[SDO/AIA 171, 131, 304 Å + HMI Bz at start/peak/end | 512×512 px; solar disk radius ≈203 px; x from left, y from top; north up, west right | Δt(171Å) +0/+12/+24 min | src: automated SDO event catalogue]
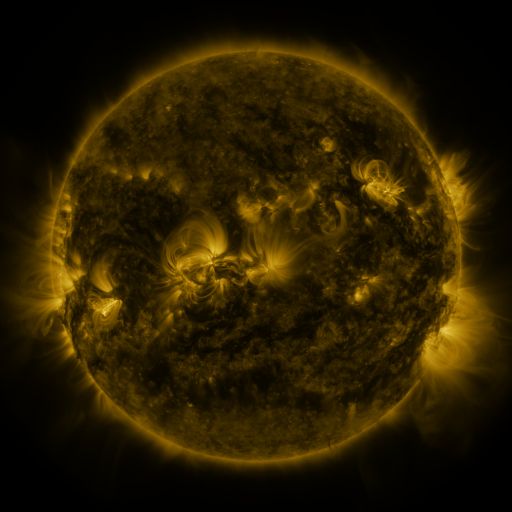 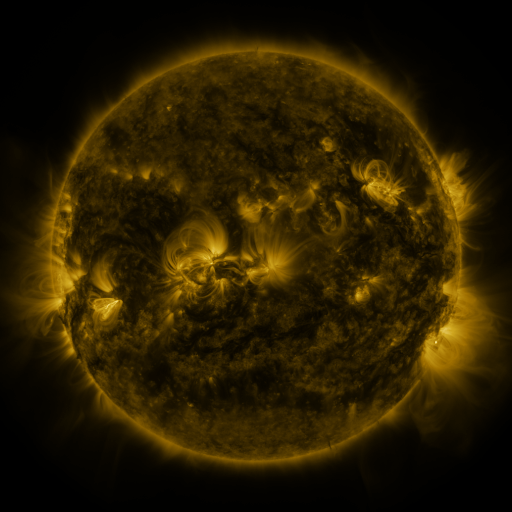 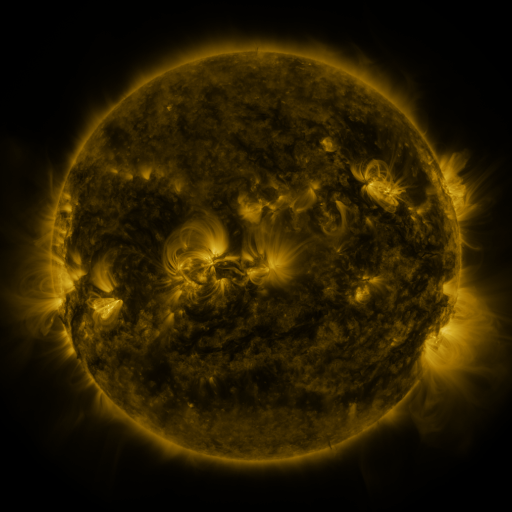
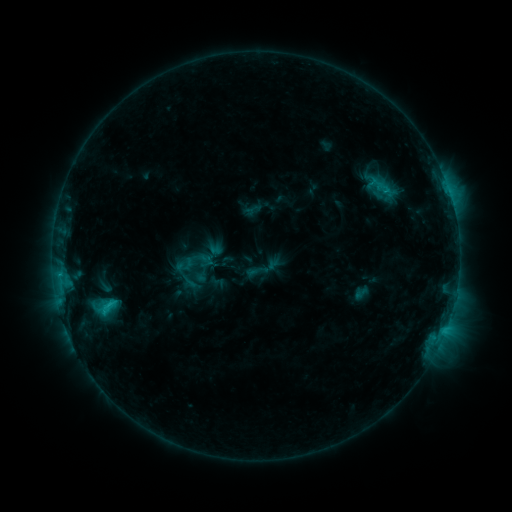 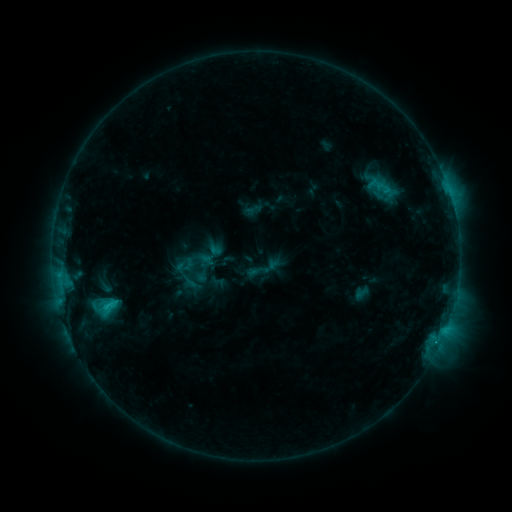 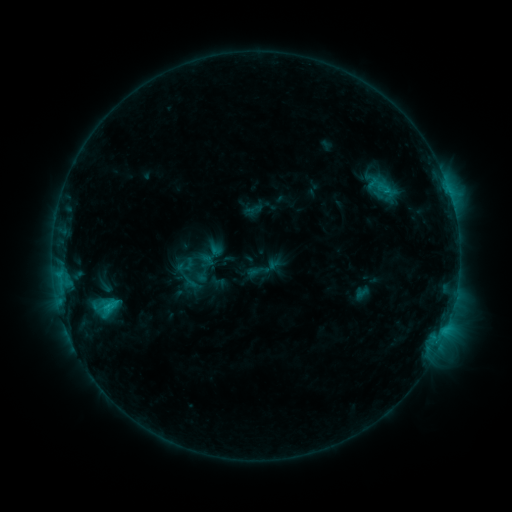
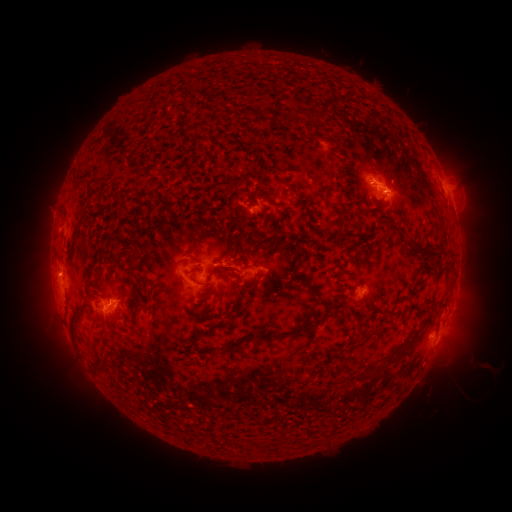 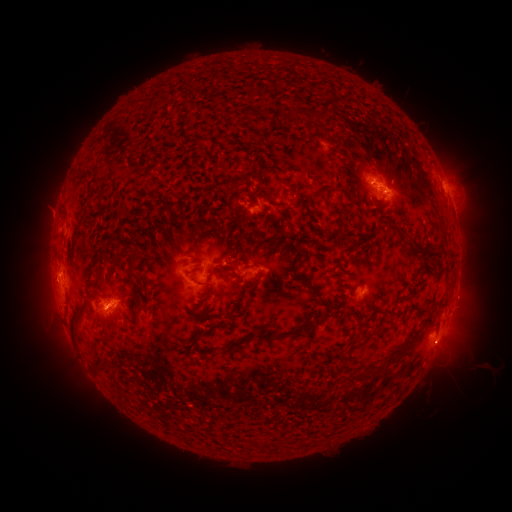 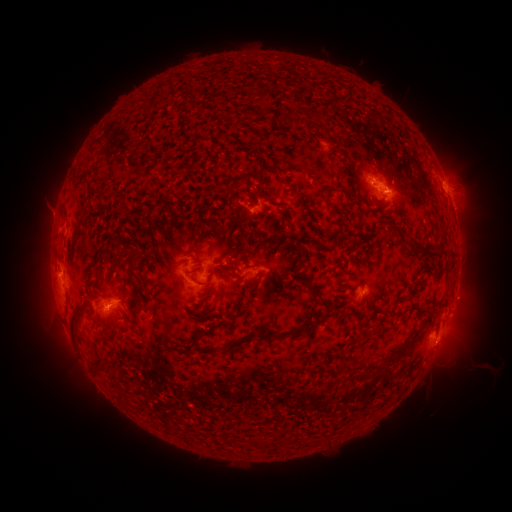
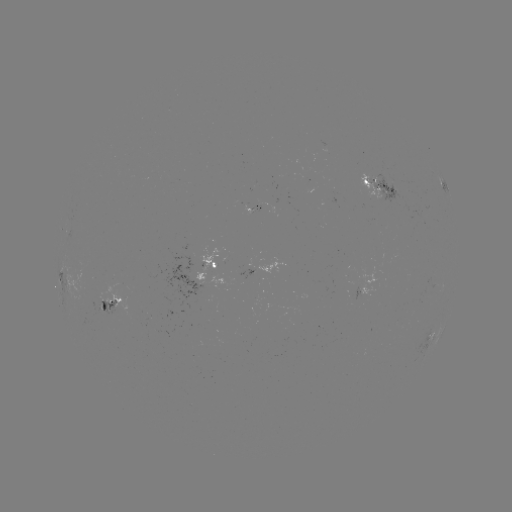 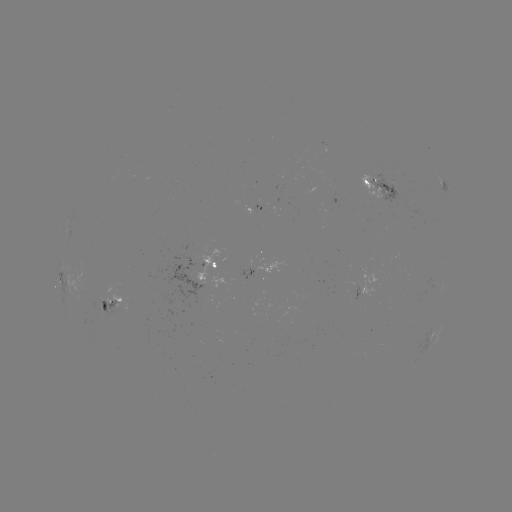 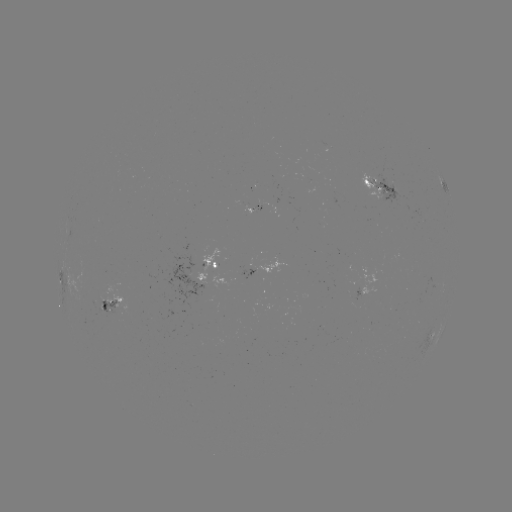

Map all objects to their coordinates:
eruption: (466, 298)
